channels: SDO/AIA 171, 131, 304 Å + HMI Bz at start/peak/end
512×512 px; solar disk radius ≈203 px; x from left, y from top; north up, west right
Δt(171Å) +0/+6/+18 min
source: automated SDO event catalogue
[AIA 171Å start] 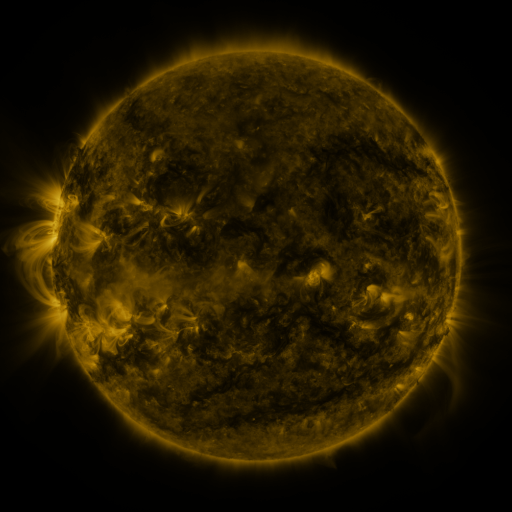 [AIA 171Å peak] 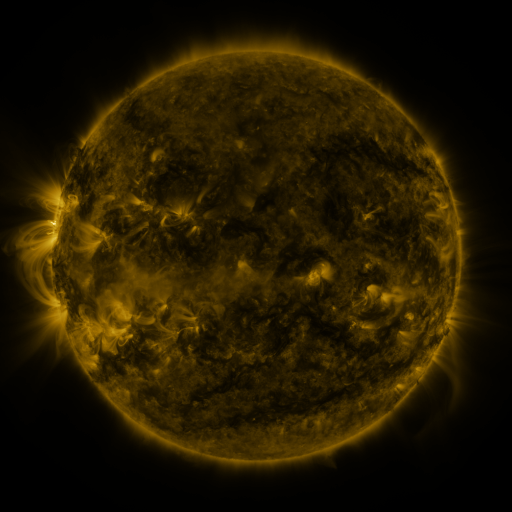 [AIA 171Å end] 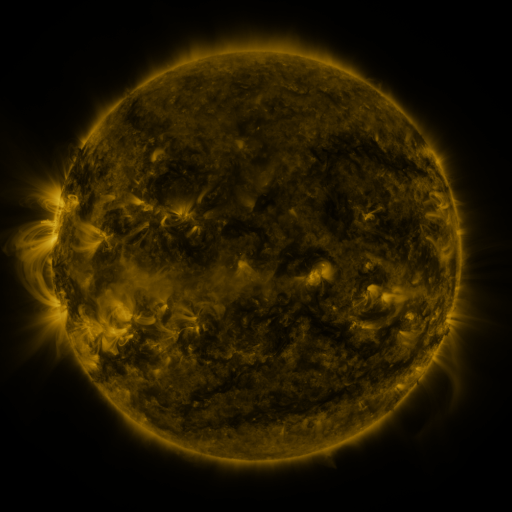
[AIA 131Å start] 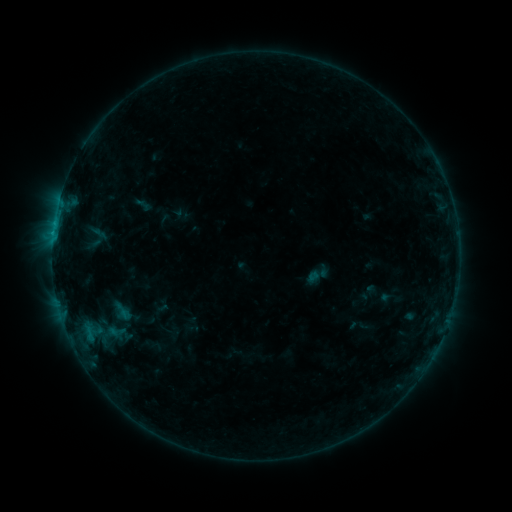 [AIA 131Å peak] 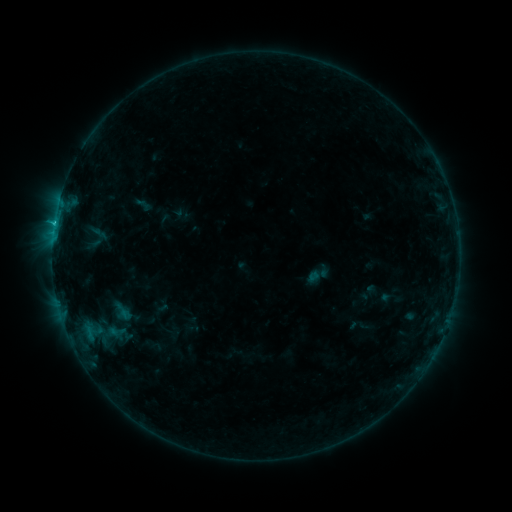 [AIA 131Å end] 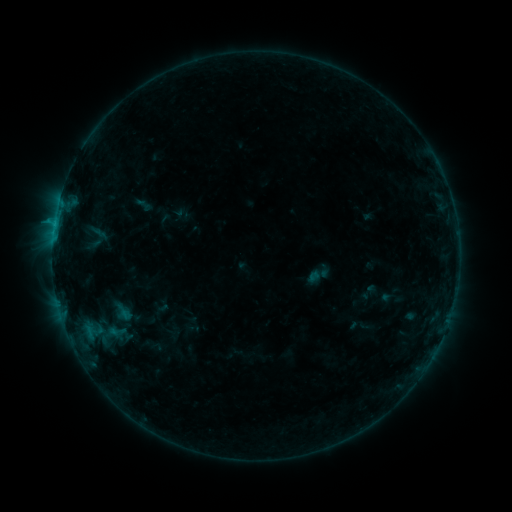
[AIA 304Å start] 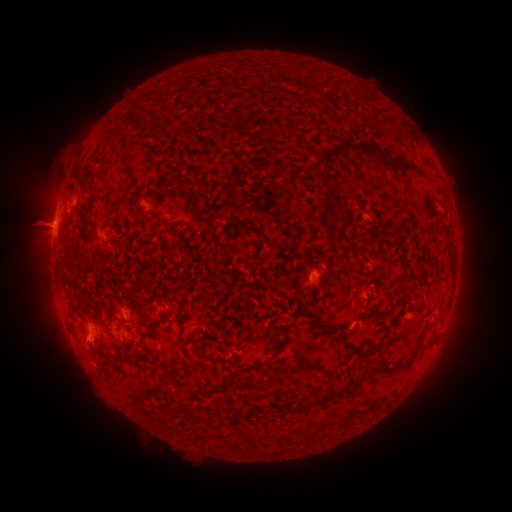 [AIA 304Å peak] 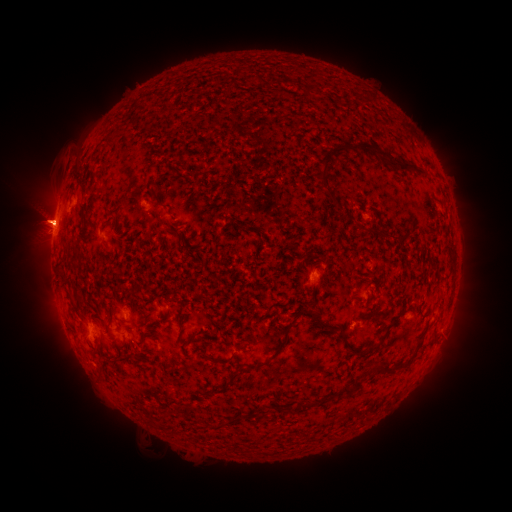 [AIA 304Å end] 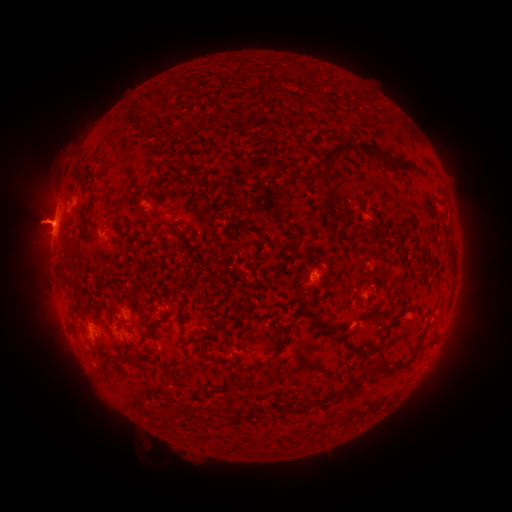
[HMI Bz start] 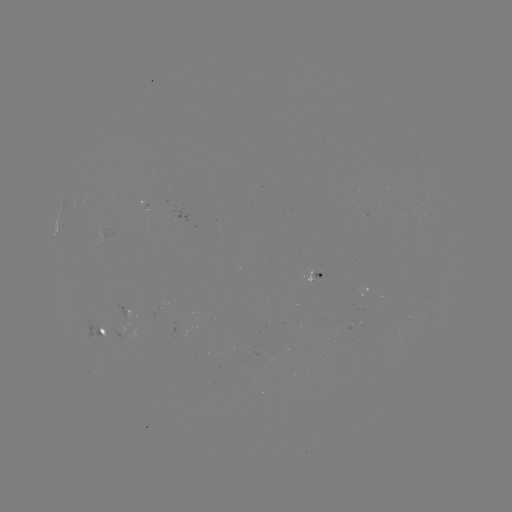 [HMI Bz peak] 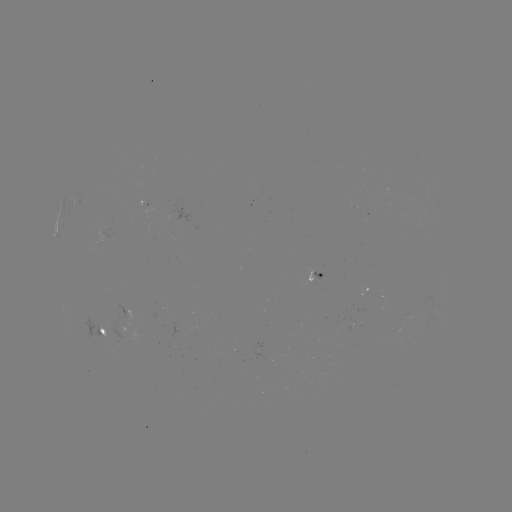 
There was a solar flare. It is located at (54, 228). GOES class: B8.1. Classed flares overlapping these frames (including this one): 1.